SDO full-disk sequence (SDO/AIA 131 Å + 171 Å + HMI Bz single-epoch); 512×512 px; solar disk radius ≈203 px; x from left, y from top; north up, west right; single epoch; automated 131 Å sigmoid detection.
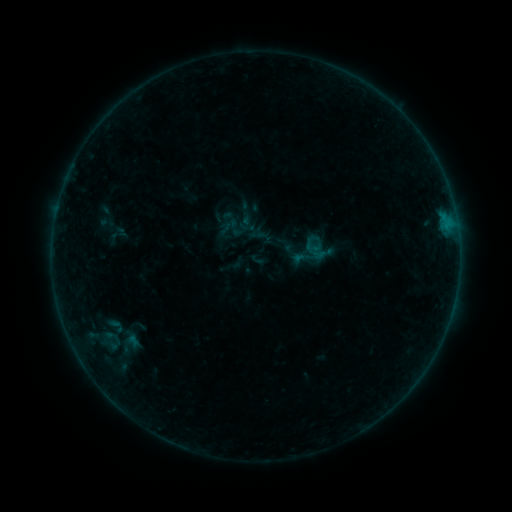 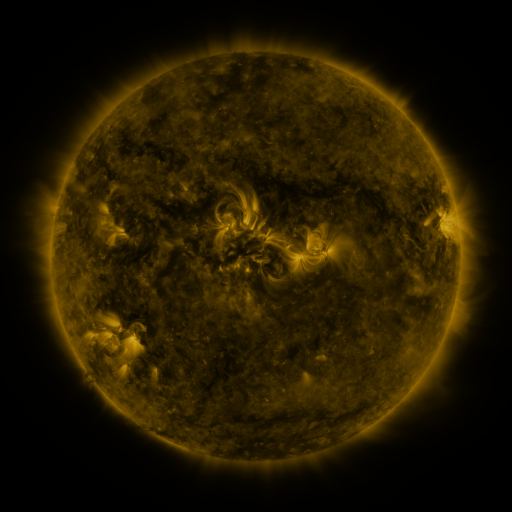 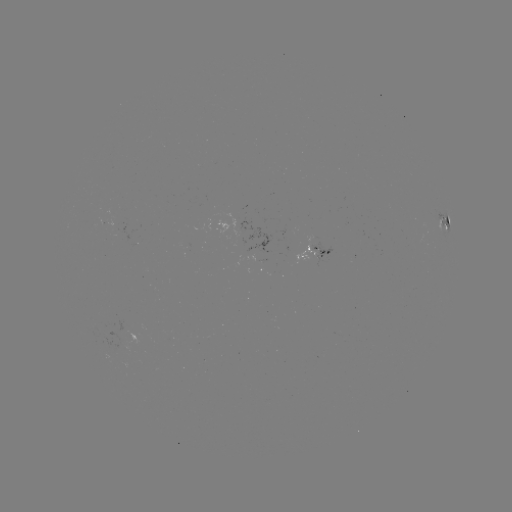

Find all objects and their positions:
sigmoid: (232, 214)
sigmoid: (116, 326)
